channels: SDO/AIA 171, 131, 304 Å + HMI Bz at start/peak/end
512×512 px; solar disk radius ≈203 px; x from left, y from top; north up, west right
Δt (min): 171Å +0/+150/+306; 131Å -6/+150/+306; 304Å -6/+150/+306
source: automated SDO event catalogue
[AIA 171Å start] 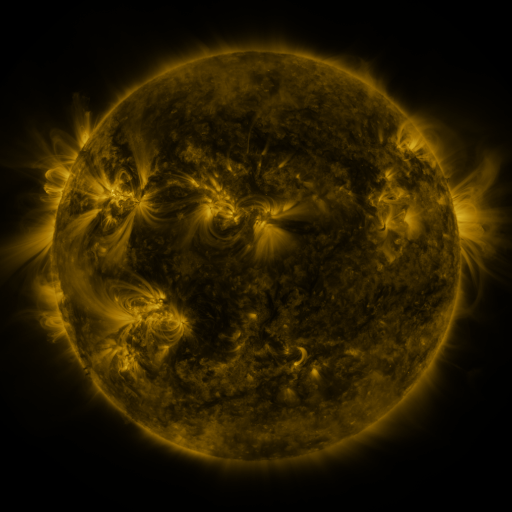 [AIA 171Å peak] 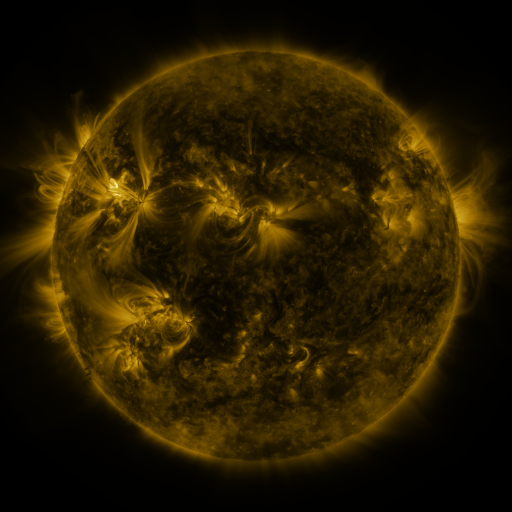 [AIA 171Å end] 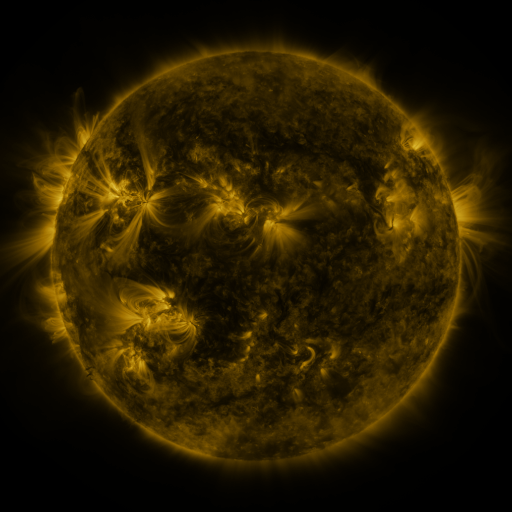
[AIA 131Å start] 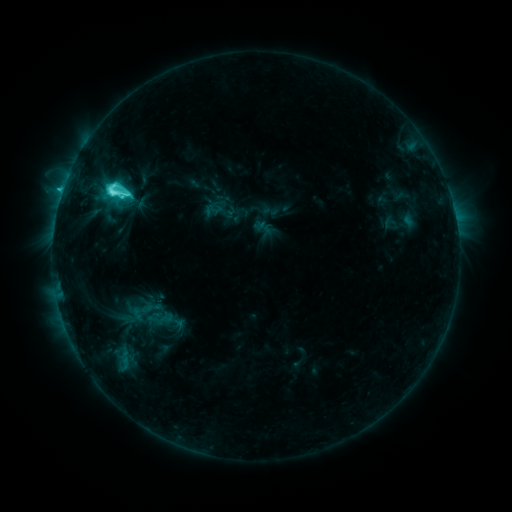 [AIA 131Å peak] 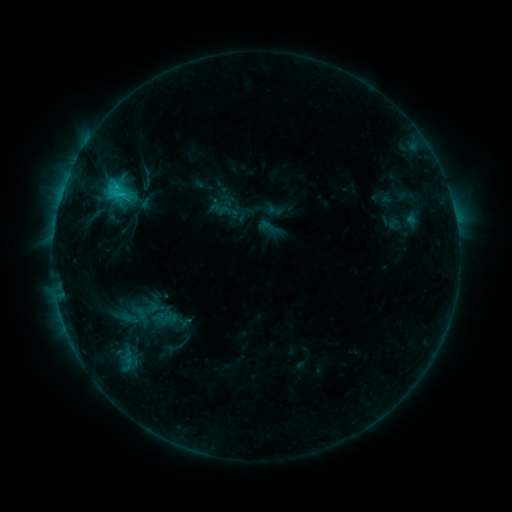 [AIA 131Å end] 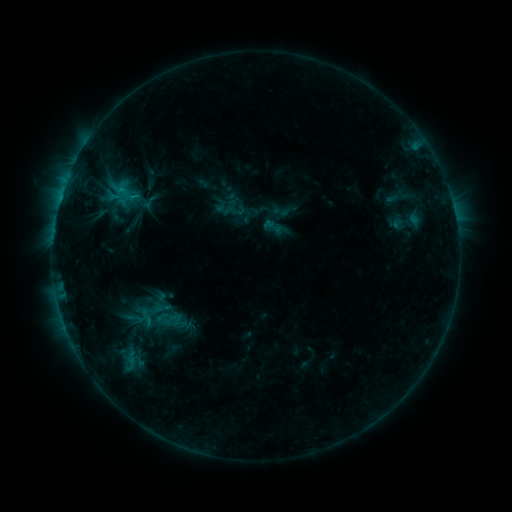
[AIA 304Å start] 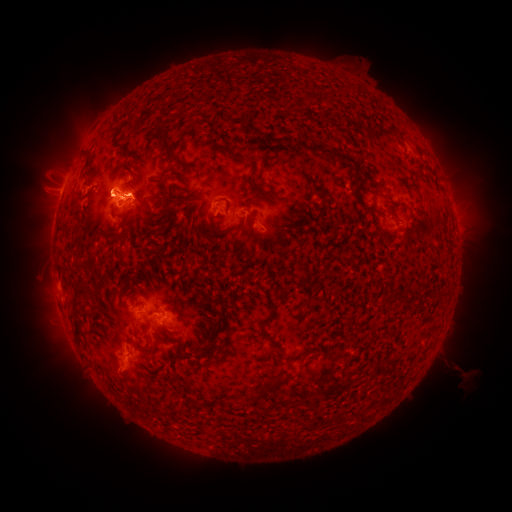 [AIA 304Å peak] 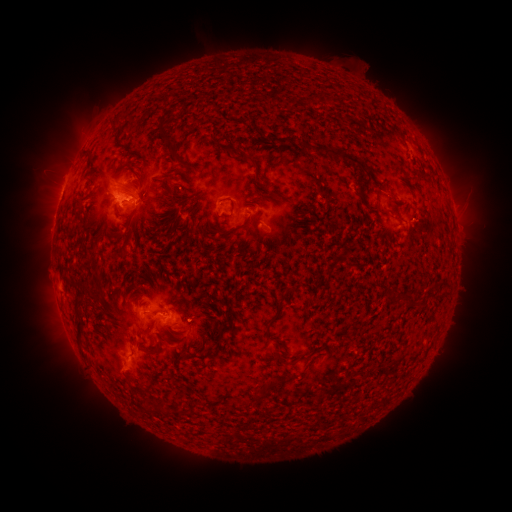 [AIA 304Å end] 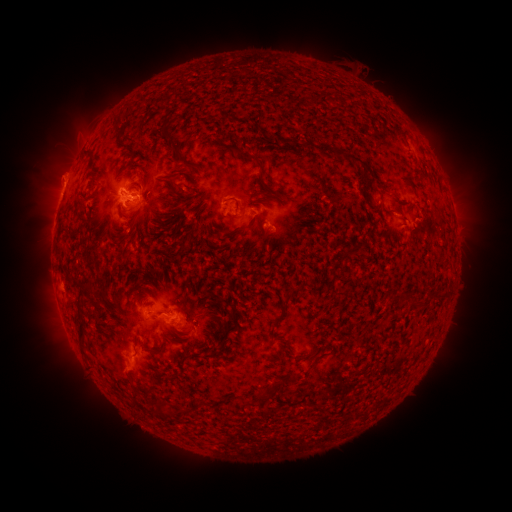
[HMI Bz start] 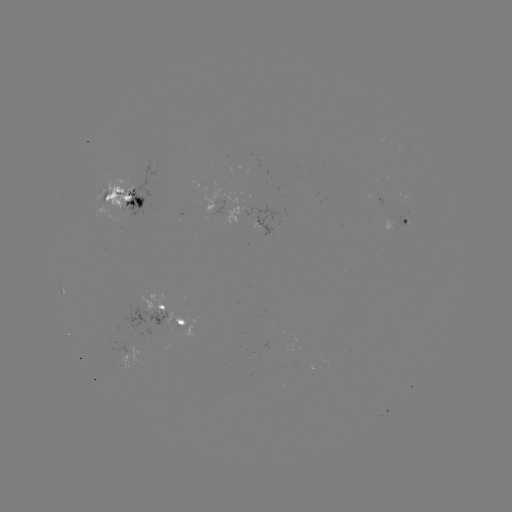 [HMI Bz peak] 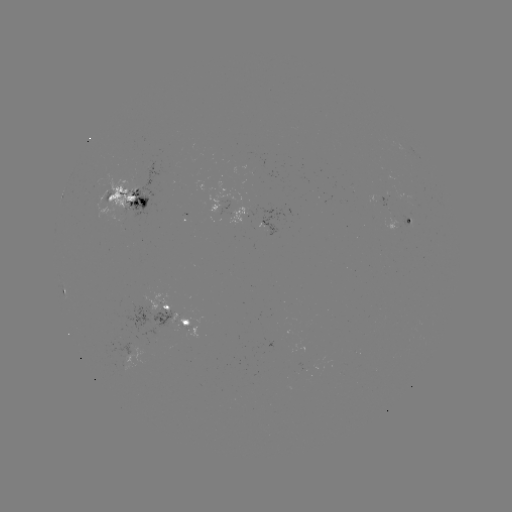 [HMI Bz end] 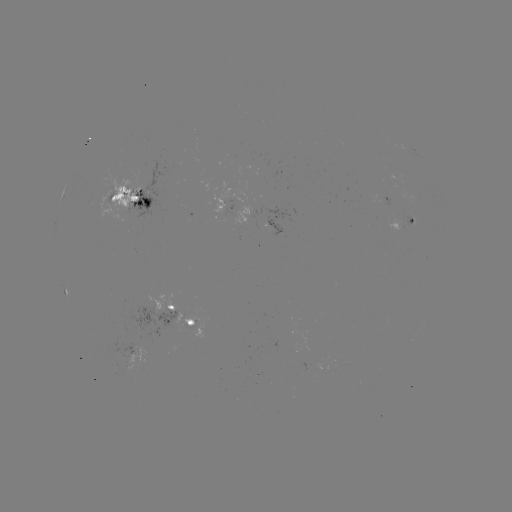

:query filament eruption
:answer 263,56